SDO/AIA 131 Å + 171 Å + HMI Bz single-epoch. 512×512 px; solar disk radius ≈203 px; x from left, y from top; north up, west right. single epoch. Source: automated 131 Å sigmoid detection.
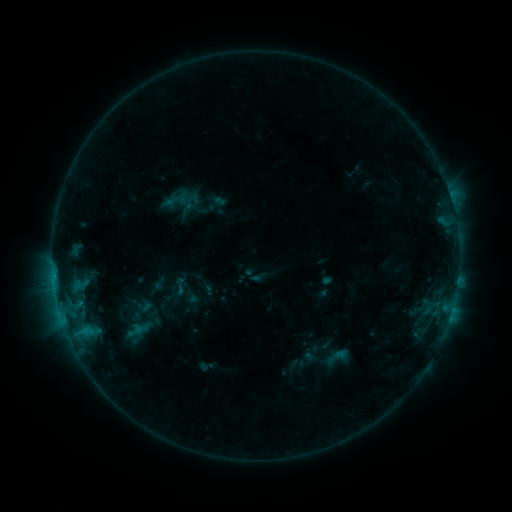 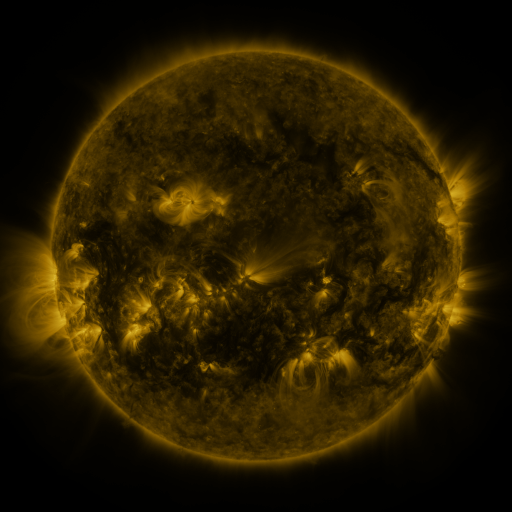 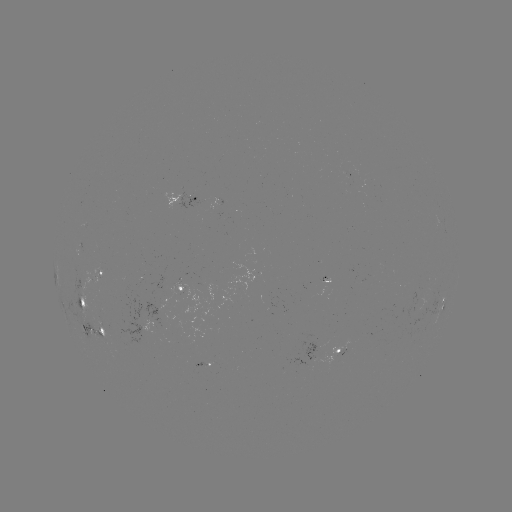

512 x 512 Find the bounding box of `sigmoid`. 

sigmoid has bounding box [168, 277, 191, 296].